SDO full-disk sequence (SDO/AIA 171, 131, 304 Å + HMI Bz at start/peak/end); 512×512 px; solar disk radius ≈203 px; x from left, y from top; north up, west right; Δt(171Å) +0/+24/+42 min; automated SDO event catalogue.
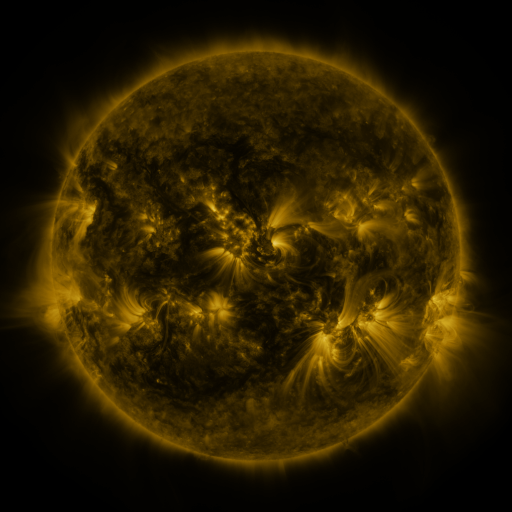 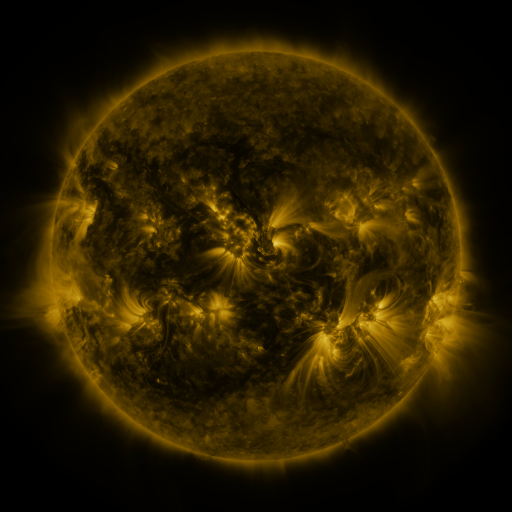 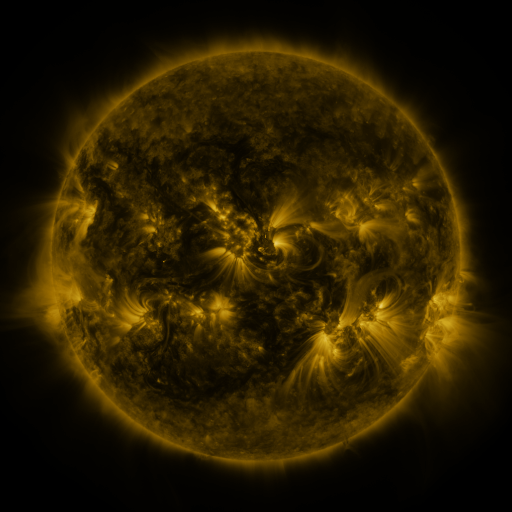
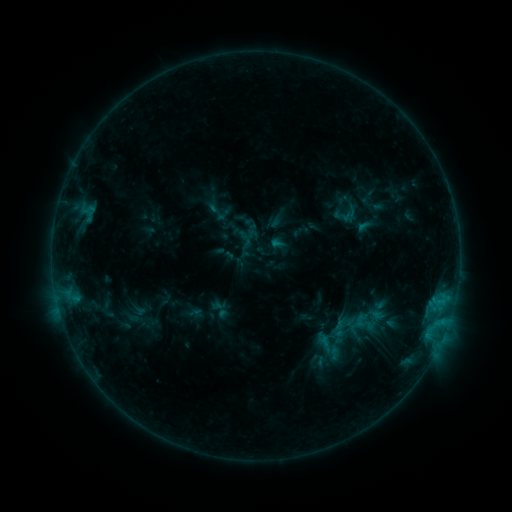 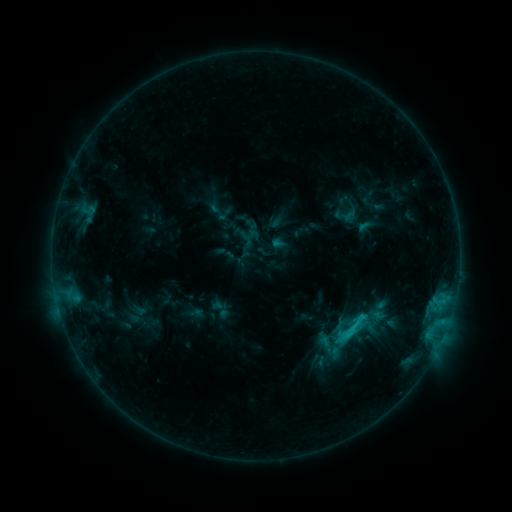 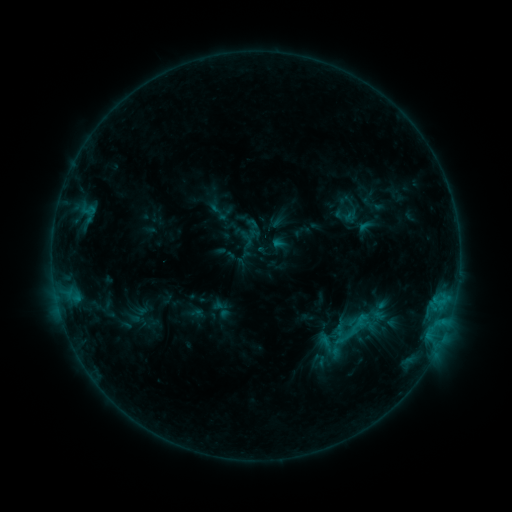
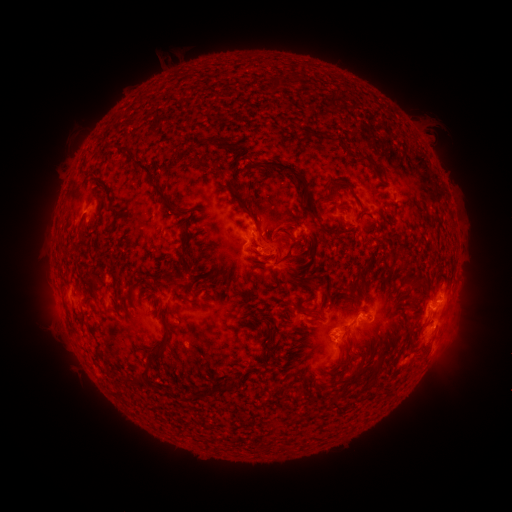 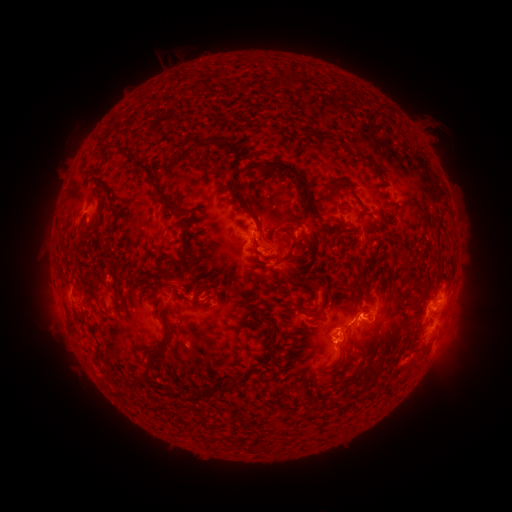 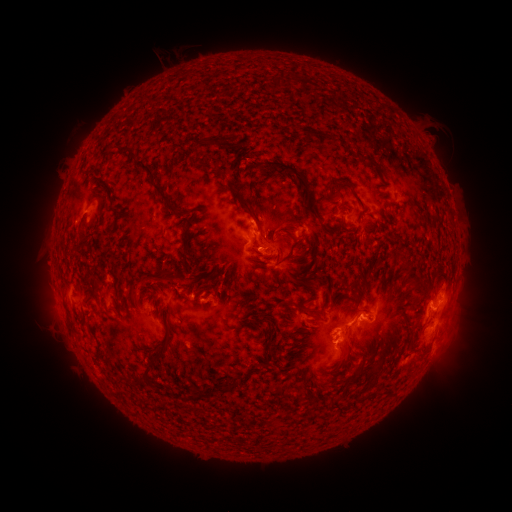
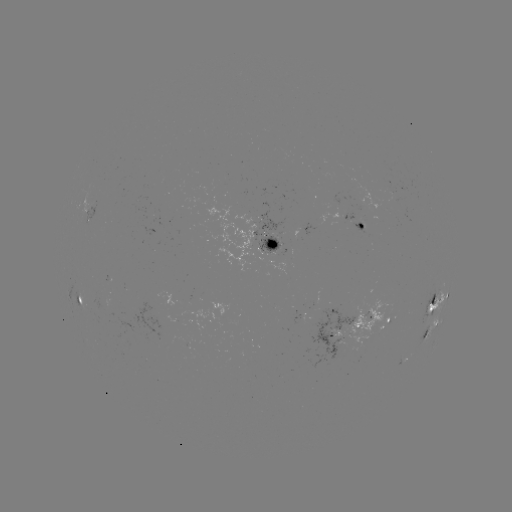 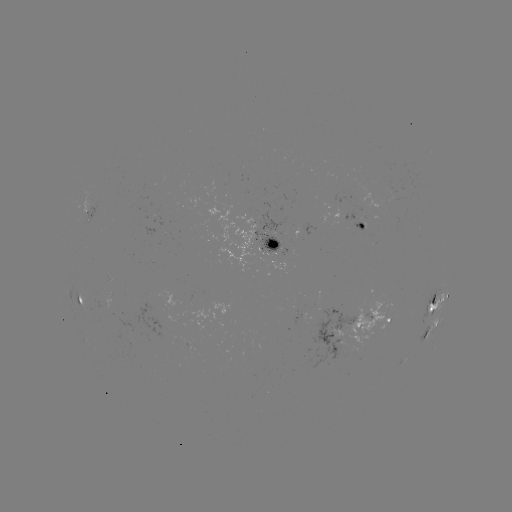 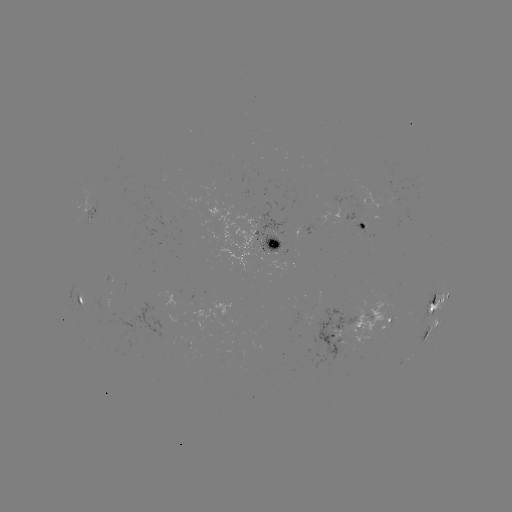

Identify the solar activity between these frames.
C1.8 flare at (345, 332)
